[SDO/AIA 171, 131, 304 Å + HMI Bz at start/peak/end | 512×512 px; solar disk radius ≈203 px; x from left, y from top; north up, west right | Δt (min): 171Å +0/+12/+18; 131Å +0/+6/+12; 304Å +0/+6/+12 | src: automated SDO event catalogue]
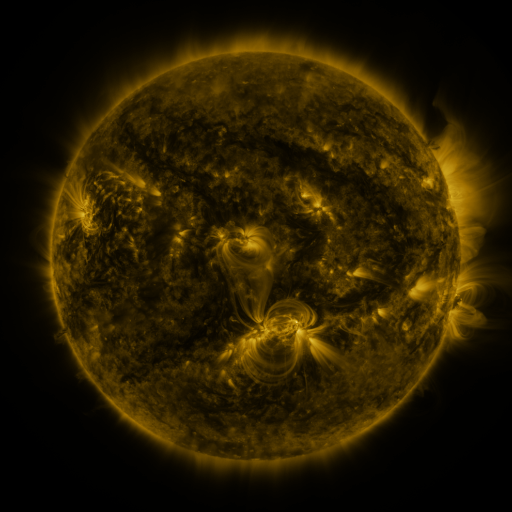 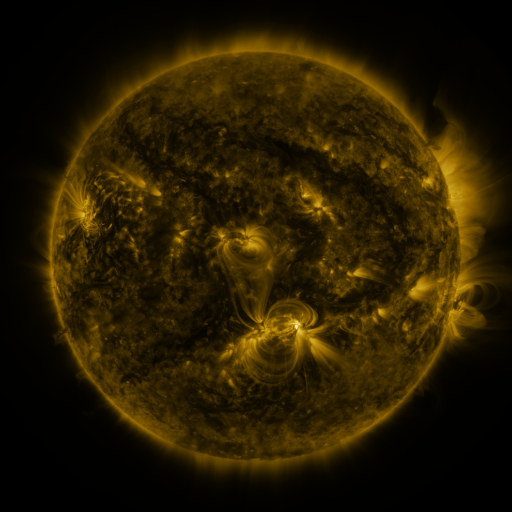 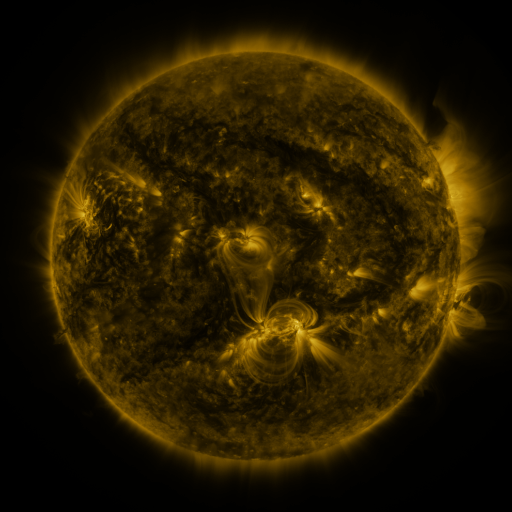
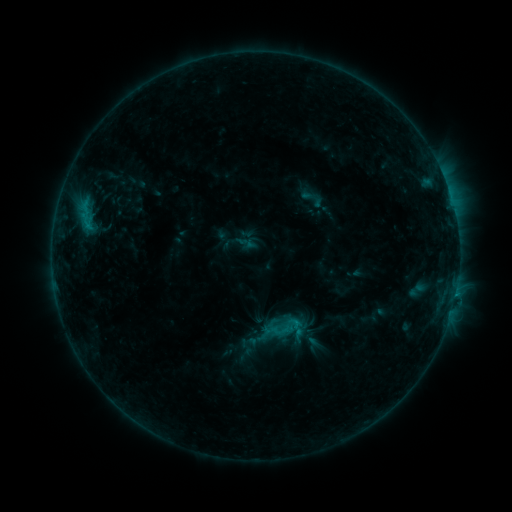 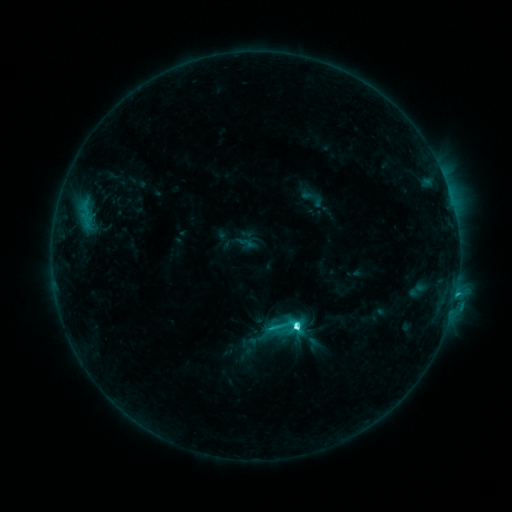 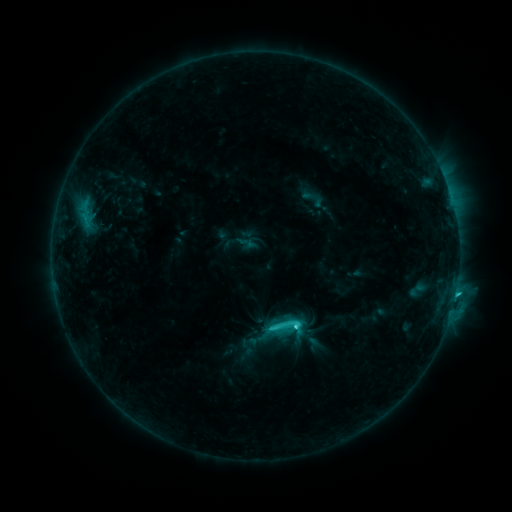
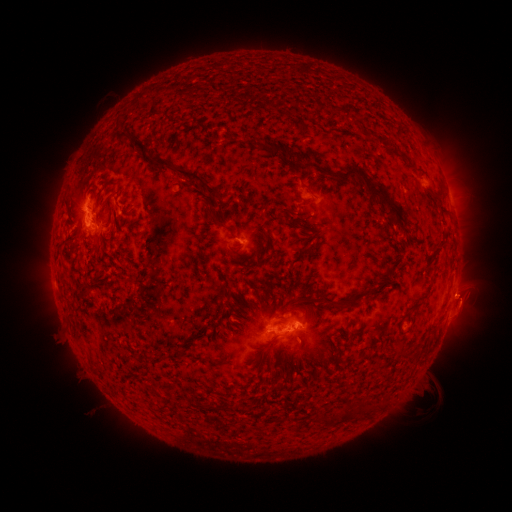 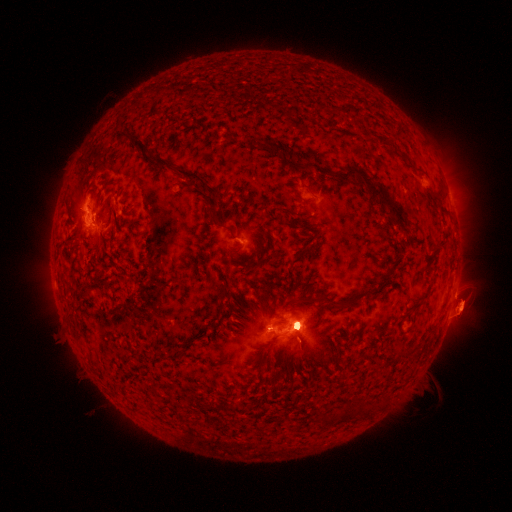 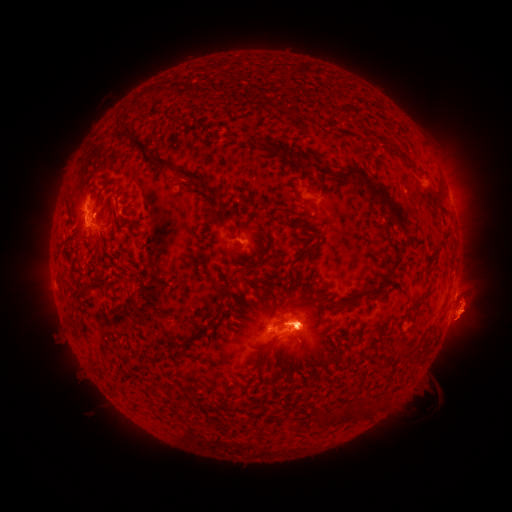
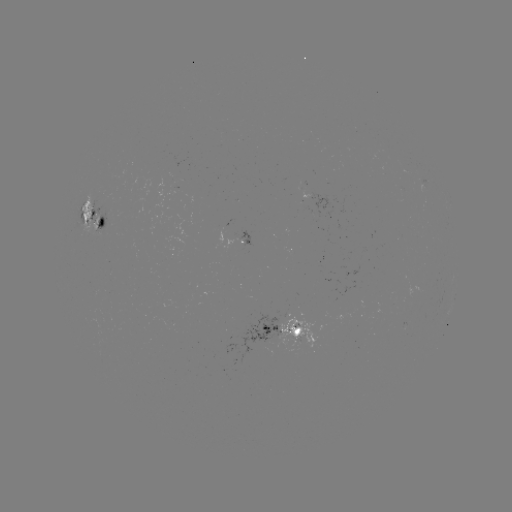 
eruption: [246, 254, 340, 379]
